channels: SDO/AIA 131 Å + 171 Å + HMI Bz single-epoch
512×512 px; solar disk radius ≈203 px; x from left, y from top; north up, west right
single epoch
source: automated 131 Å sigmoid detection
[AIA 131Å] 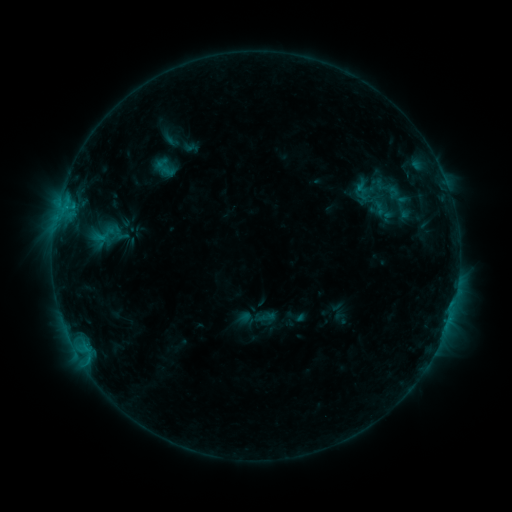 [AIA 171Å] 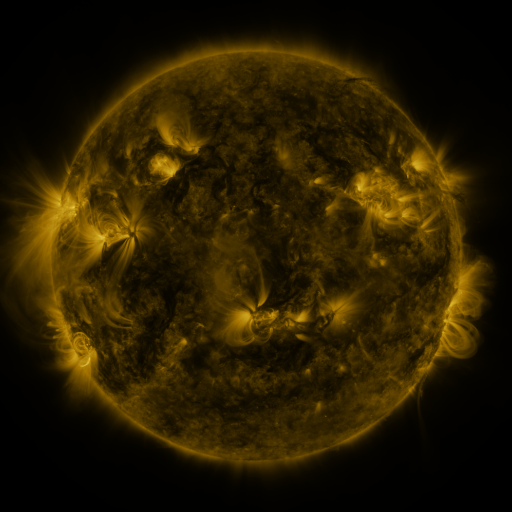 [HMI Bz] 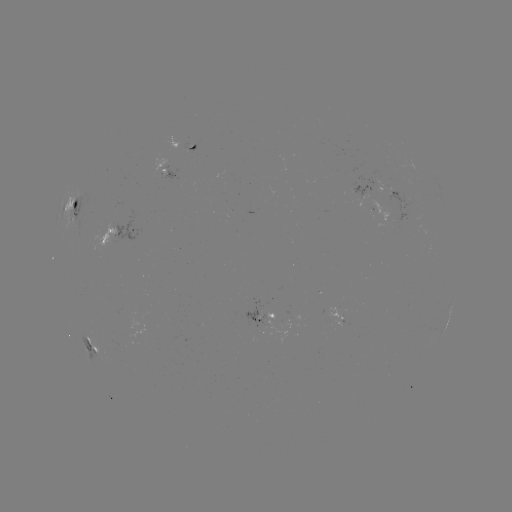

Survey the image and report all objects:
sigmoid: <bbox>350, 183, 387, 214</bbox>
sigmoid: <bbox>92, 222, 117, 248</bbox>
